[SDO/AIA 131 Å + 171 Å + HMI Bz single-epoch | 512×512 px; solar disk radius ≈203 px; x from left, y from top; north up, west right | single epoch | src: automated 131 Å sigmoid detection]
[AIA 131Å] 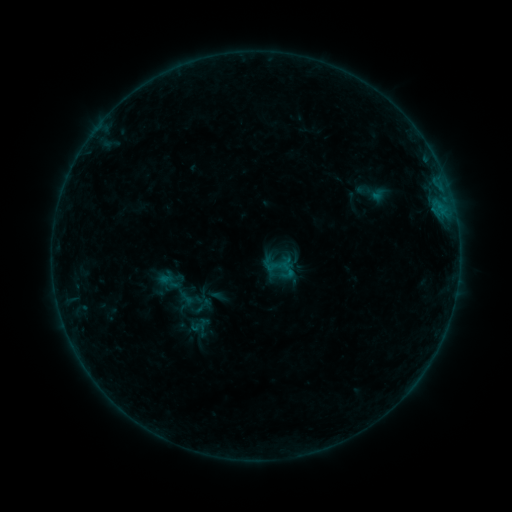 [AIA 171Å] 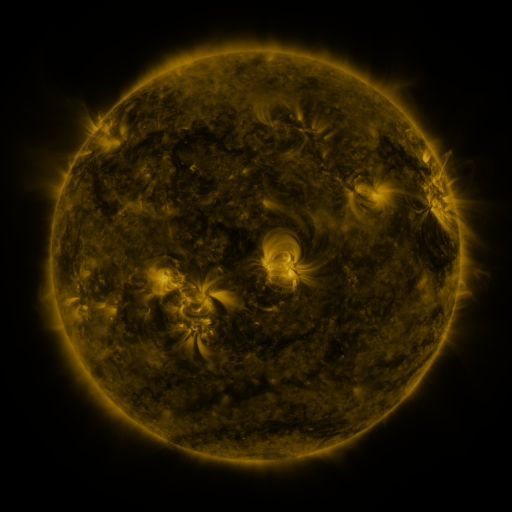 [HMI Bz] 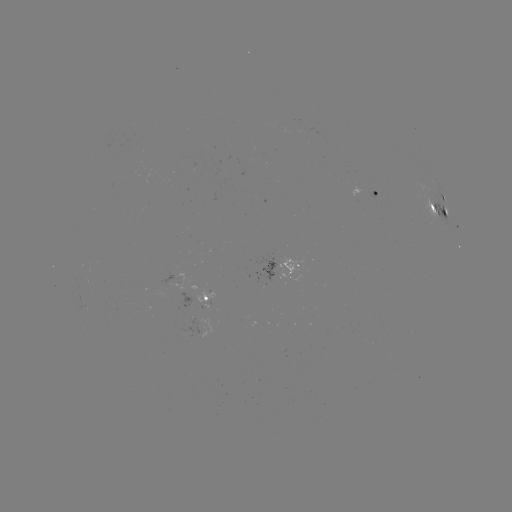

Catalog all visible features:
sigmoid: (370, 192)
